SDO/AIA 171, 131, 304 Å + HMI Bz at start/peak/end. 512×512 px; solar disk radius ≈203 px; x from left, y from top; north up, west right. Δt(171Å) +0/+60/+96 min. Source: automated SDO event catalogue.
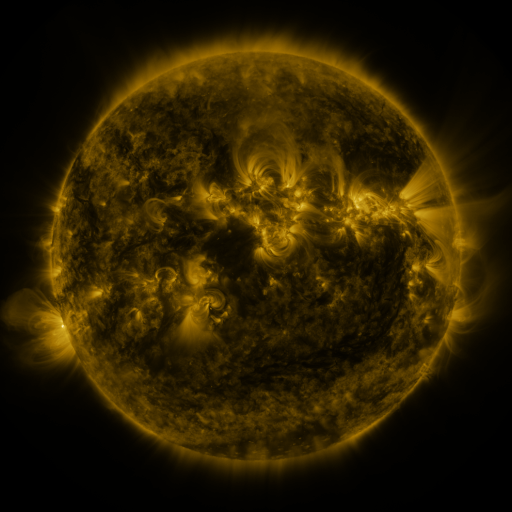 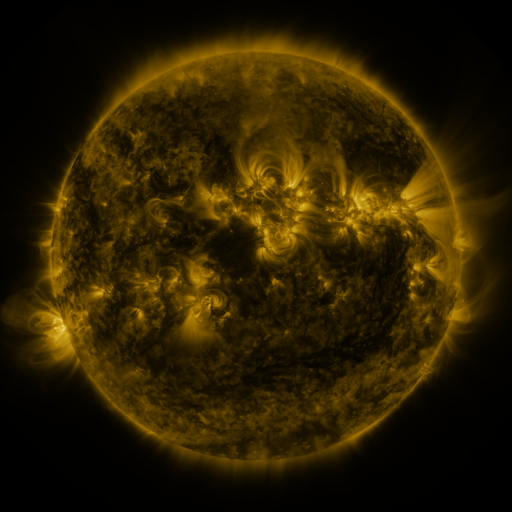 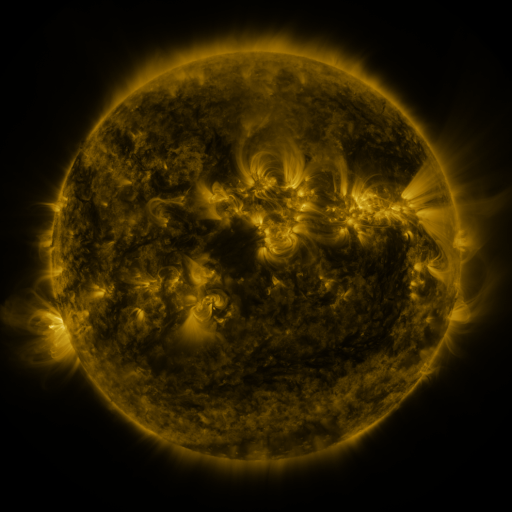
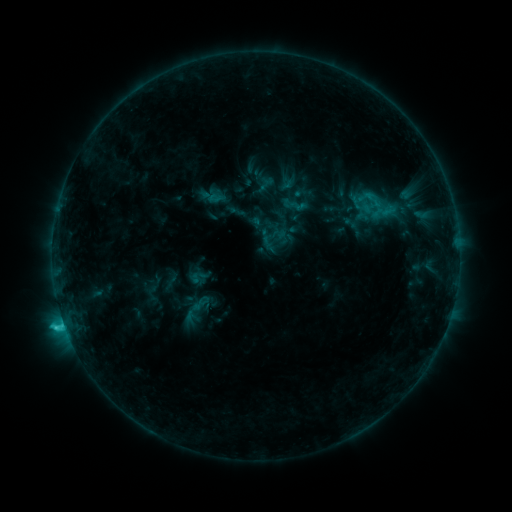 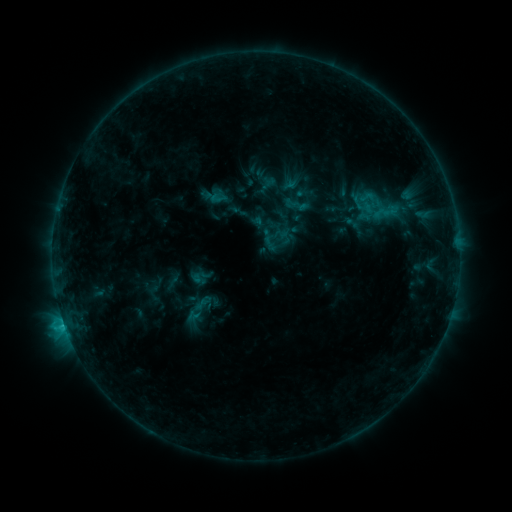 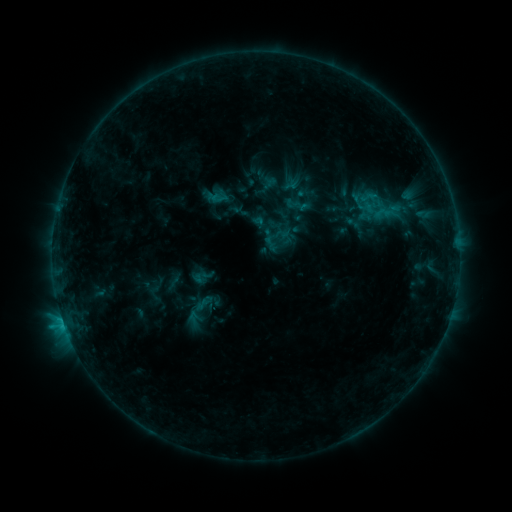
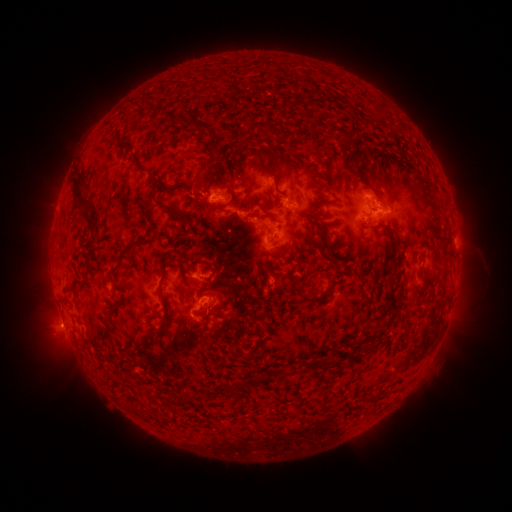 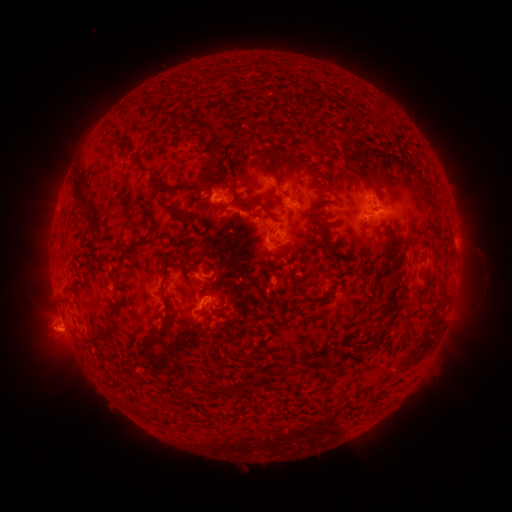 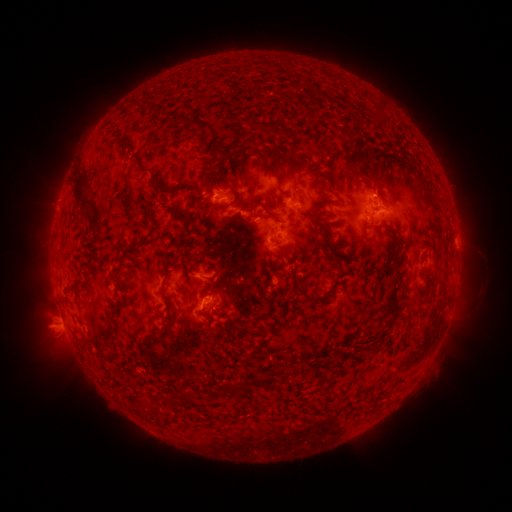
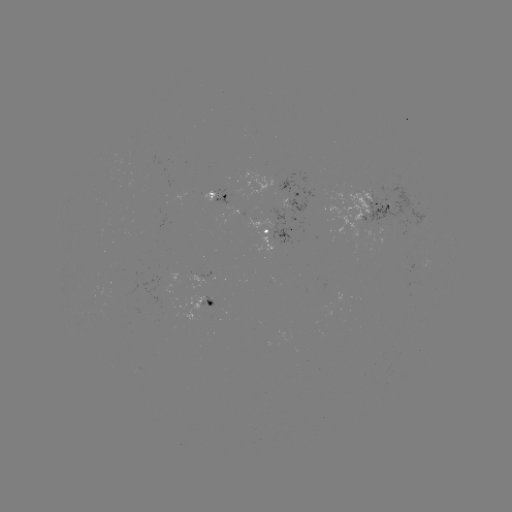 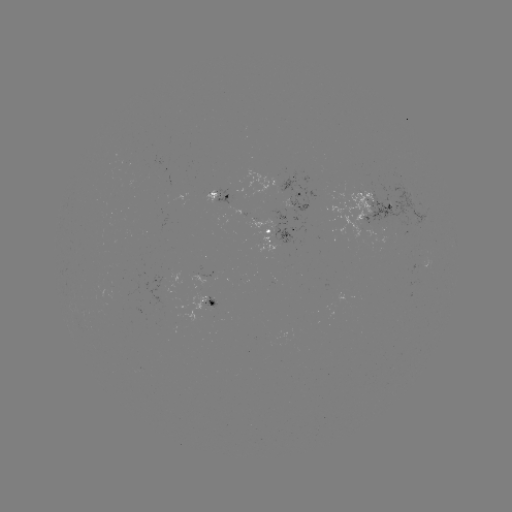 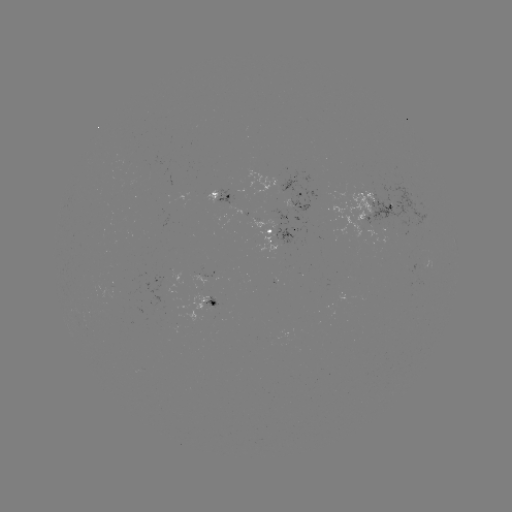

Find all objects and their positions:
emerging-flux region: (216, 195)
